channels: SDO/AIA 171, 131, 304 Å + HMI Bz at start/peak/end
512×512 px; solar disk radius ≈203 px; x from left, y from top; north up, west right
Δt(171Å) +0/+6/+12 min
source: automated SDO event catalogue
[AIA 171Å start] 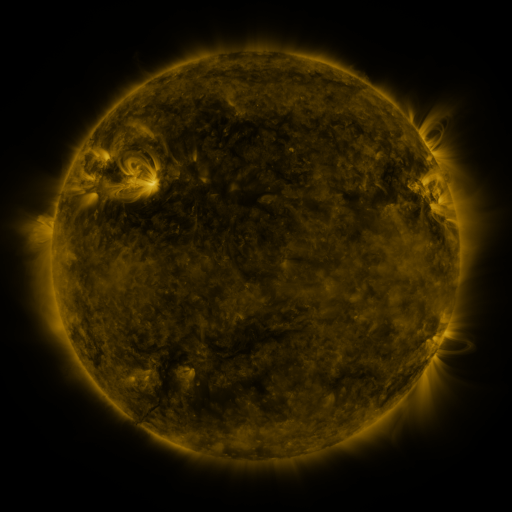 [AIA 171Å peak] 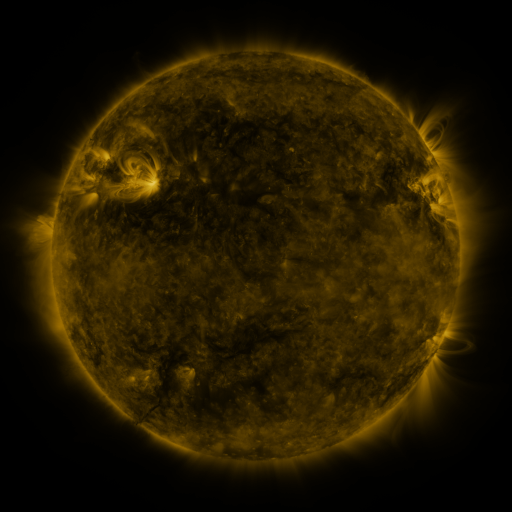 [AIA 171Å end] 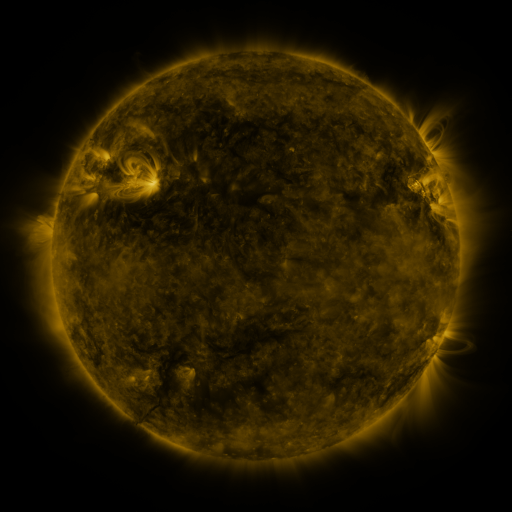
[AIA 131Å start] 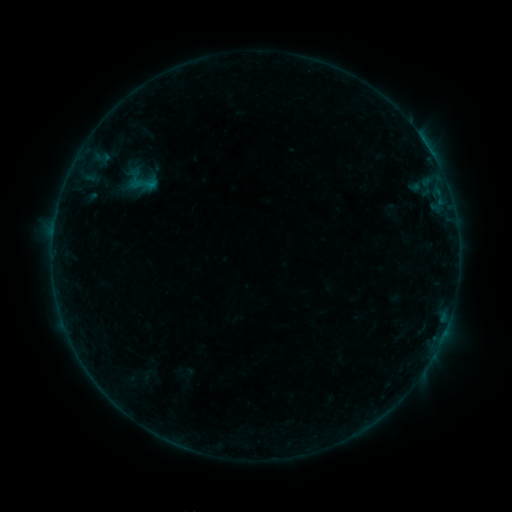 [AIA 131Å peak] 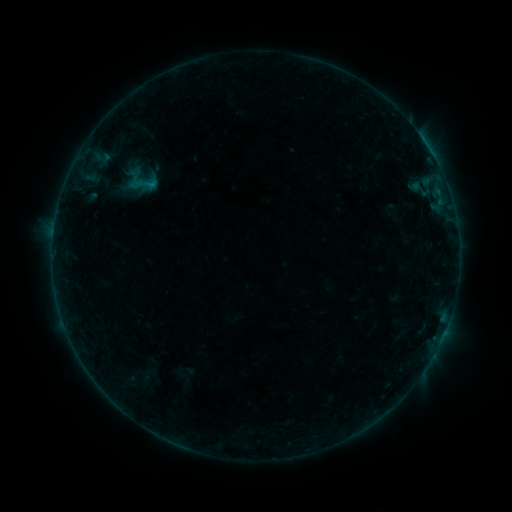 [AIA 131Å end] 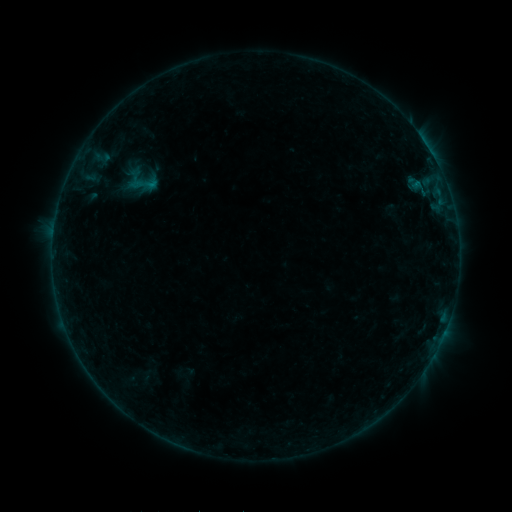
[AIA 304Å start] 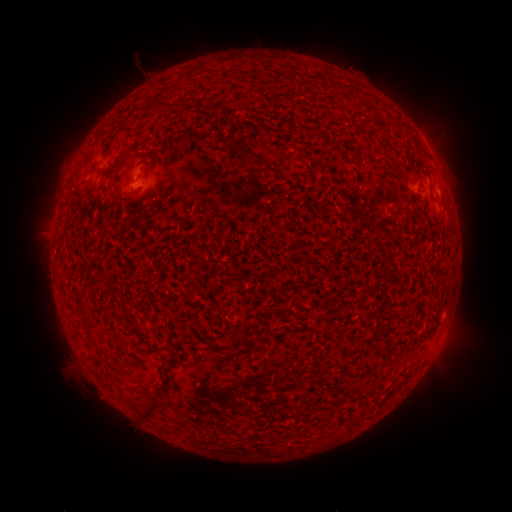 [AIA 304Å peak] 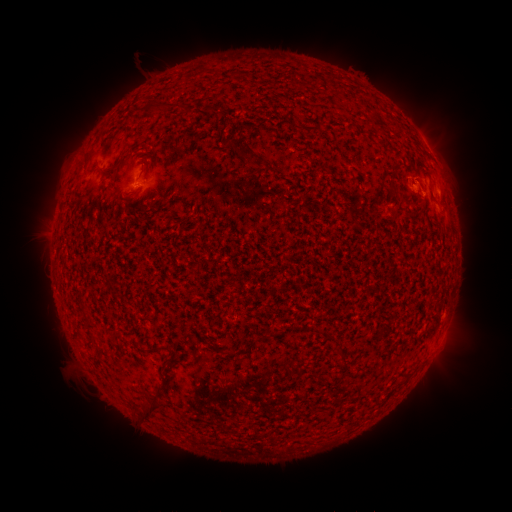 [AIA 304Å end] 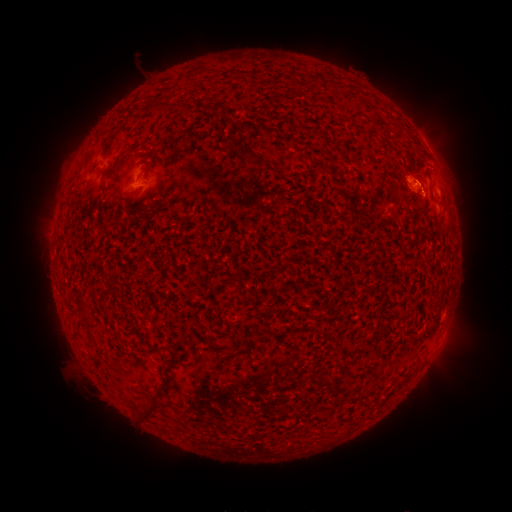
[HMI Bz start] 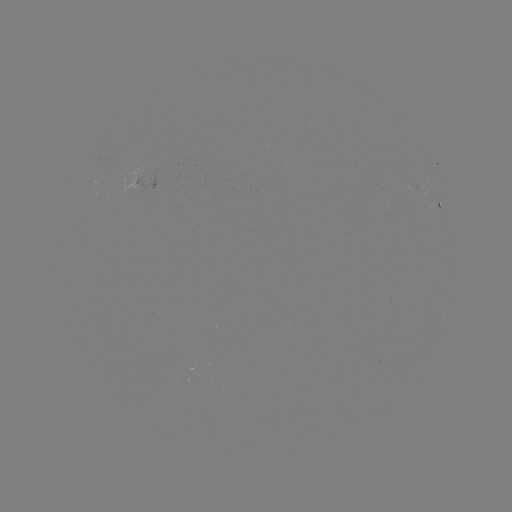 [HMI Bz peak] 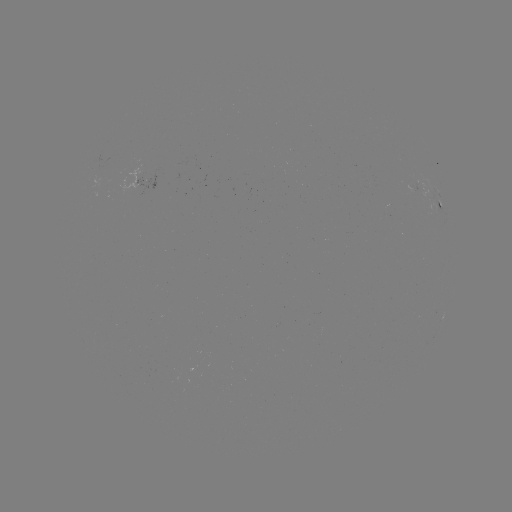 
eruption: <bbox>378, 109, 491, 216</bbox>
